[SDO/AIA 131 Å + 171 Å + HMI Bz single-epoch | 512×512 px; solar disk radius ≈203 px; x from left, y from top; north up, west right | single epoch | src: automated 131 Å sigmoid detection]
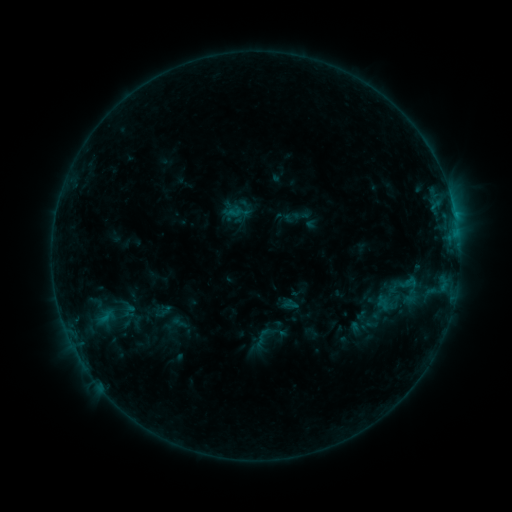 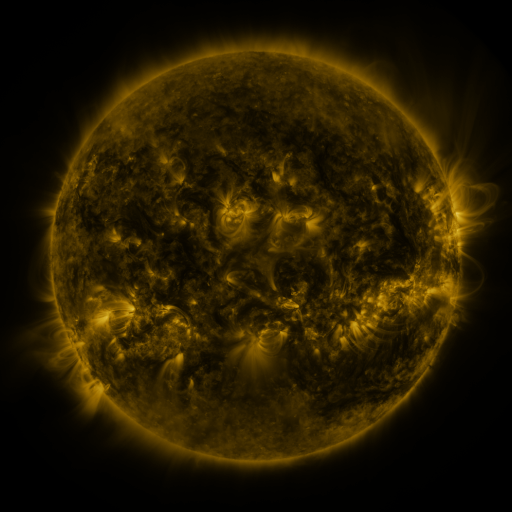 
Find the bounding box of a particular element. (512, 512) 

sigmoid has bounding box [291, 206, 312, 225].